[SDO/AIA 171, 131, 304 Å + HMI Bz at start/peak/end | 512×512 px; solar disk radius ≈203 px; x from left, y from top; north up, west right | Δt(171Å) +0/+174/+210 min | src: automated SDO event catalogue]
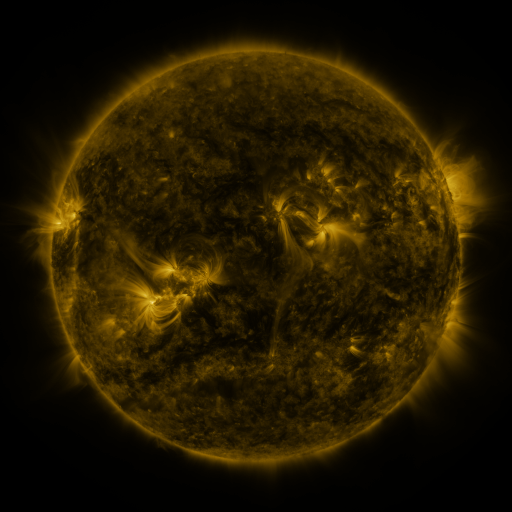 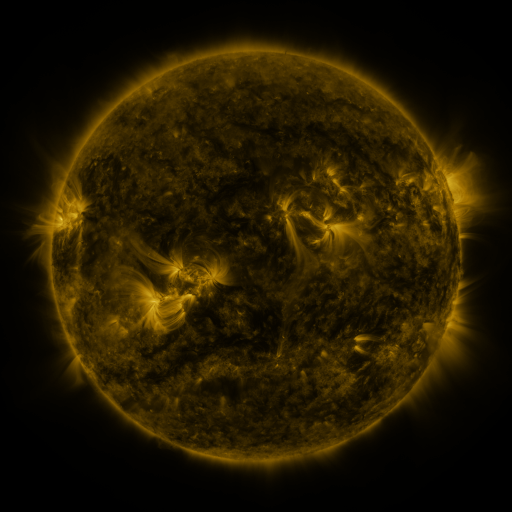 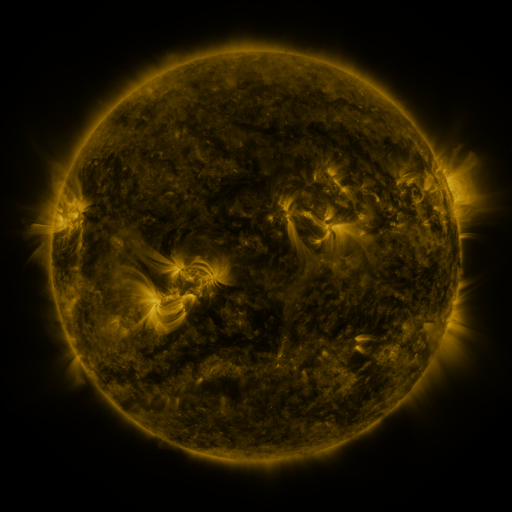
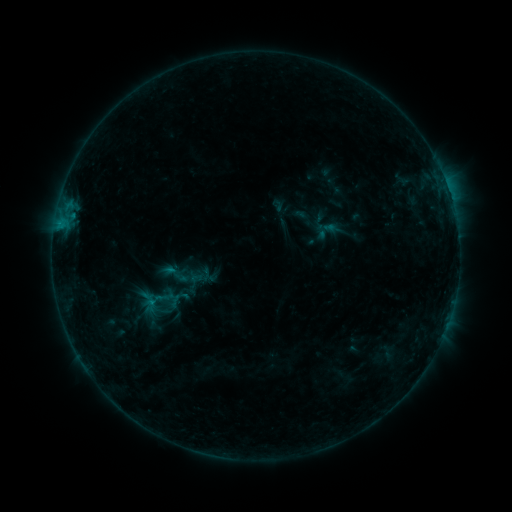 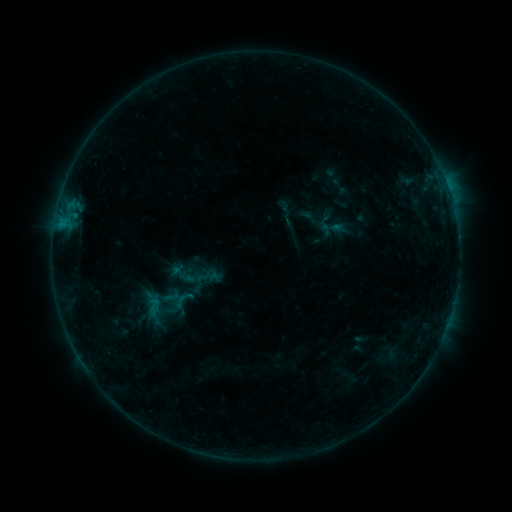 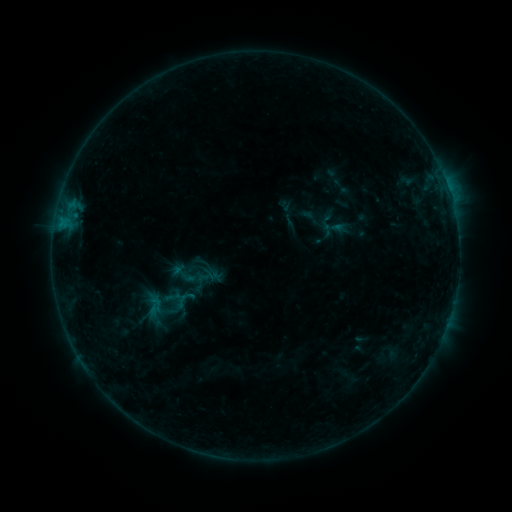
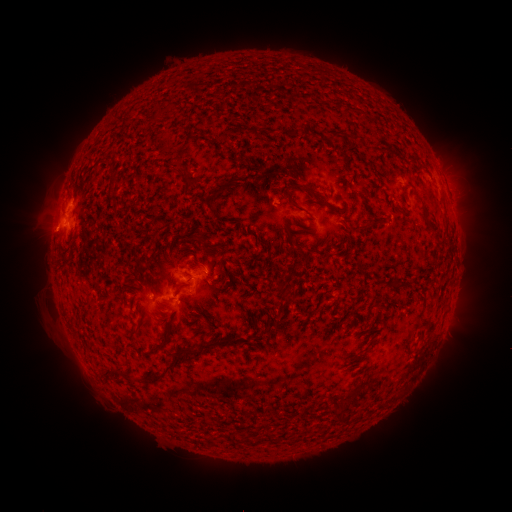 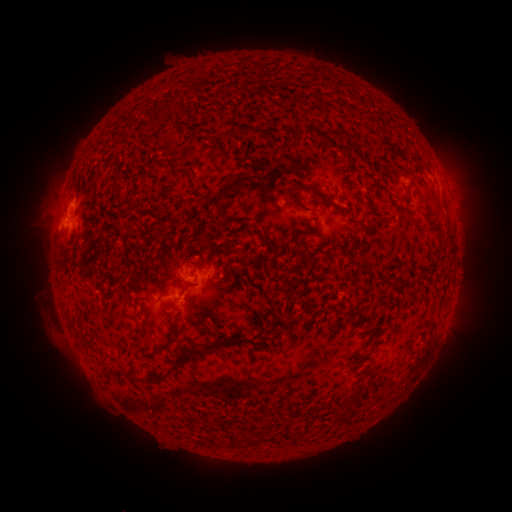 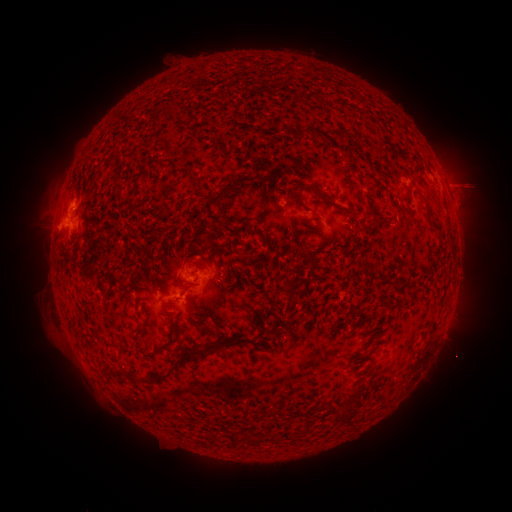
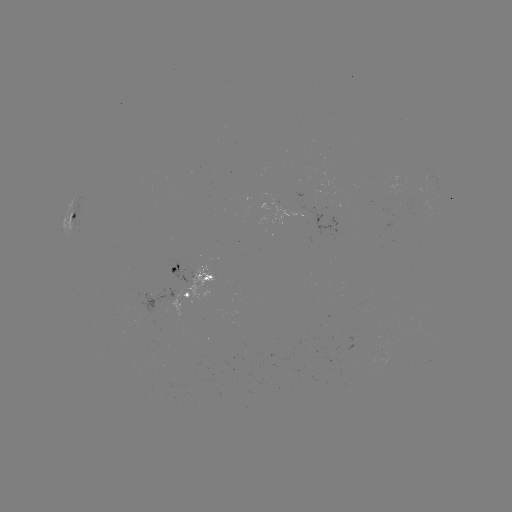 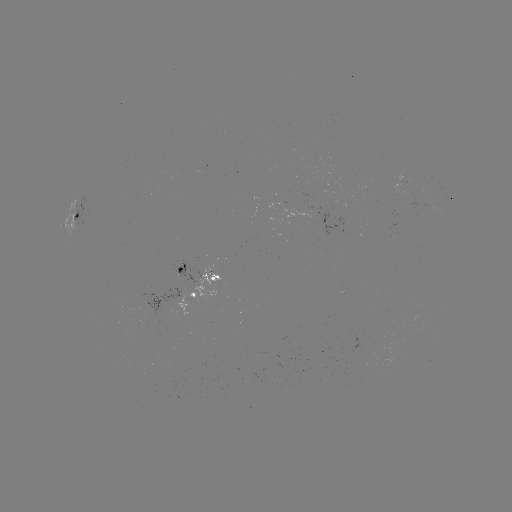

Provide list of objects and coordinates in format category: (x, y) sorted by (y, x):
emerging-flux region: (406, 181)
